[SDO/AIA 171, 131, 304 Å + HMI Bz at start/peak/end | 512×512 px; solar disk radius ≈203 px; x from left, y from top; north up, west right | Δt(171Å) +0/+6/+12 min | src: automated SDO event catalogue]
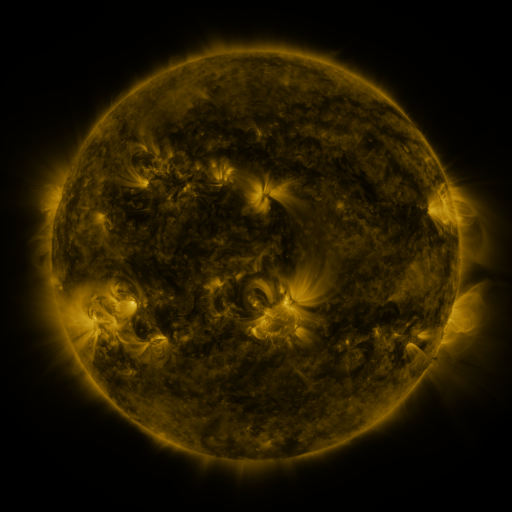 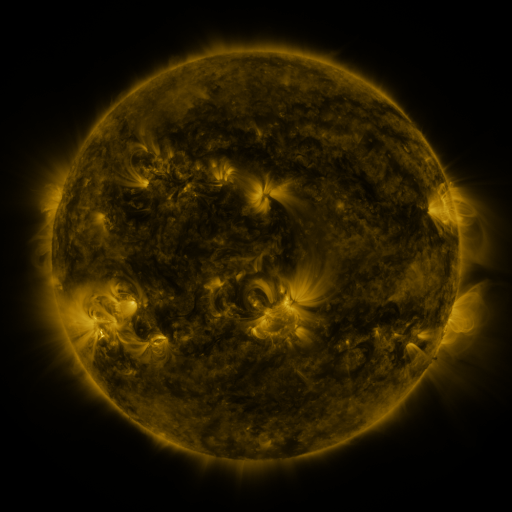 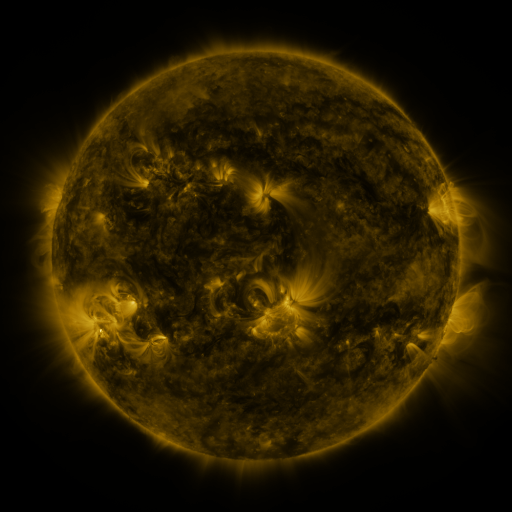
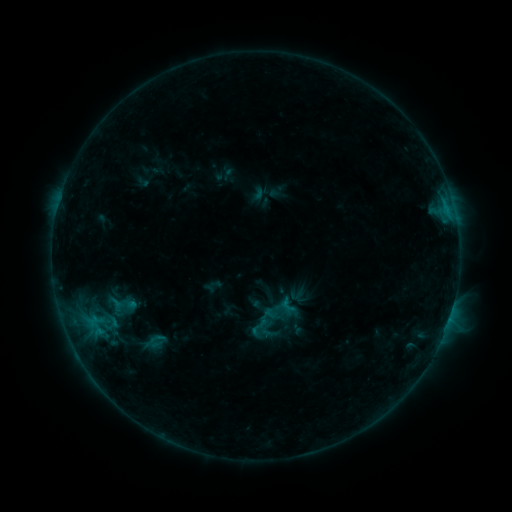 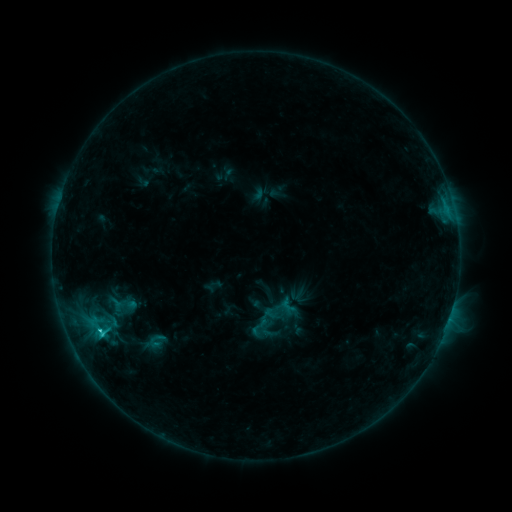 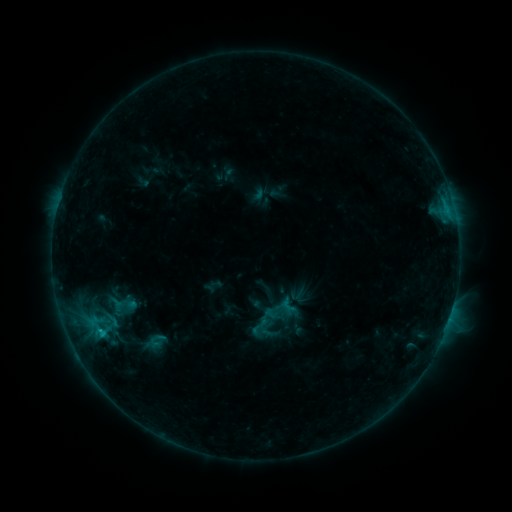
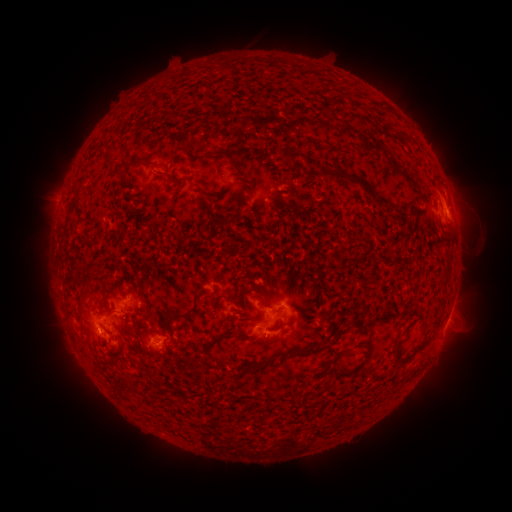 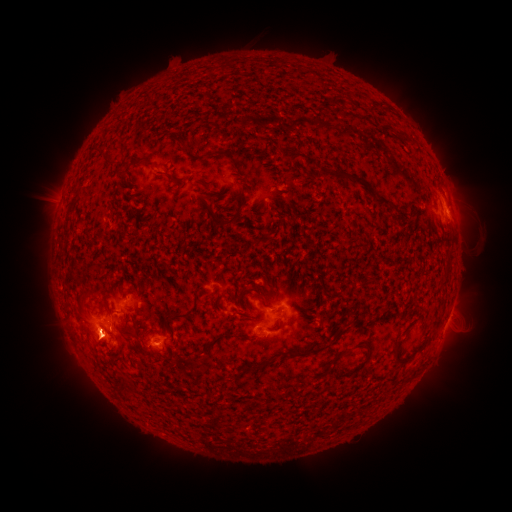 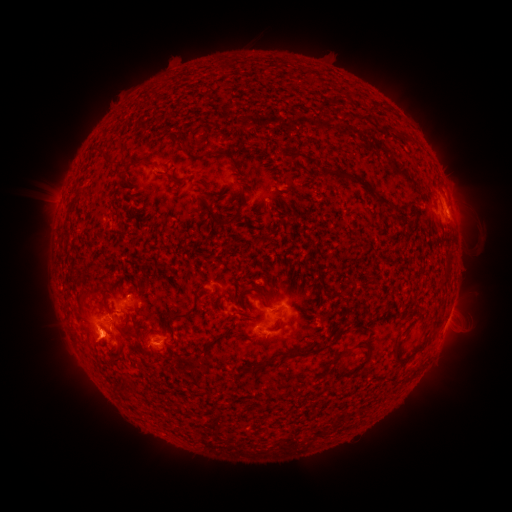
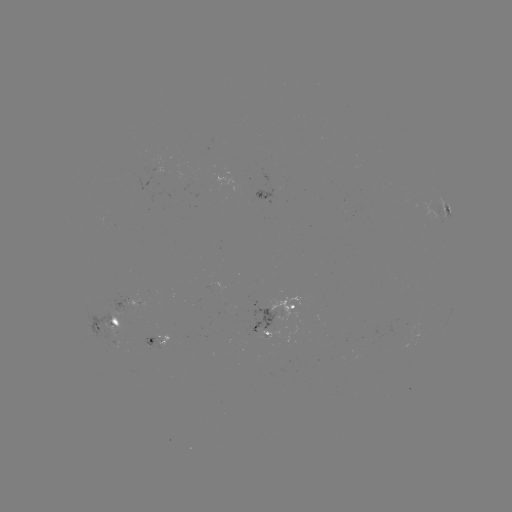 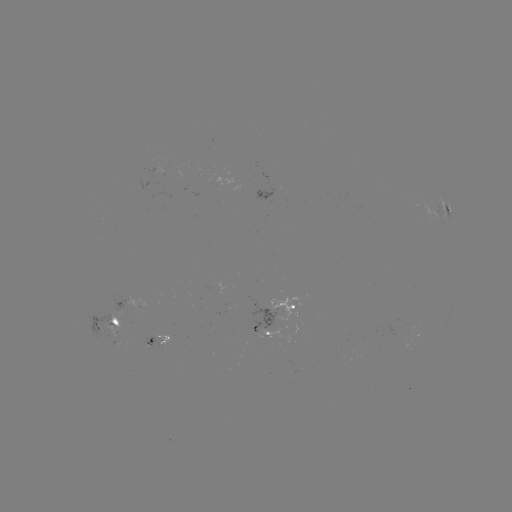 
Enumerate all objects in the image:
C1.2 flare: (101, 331)
